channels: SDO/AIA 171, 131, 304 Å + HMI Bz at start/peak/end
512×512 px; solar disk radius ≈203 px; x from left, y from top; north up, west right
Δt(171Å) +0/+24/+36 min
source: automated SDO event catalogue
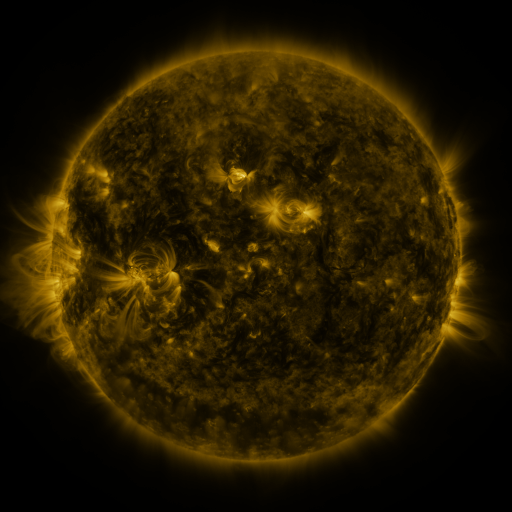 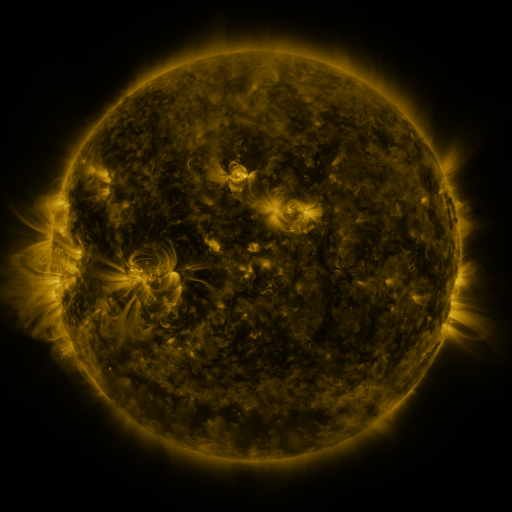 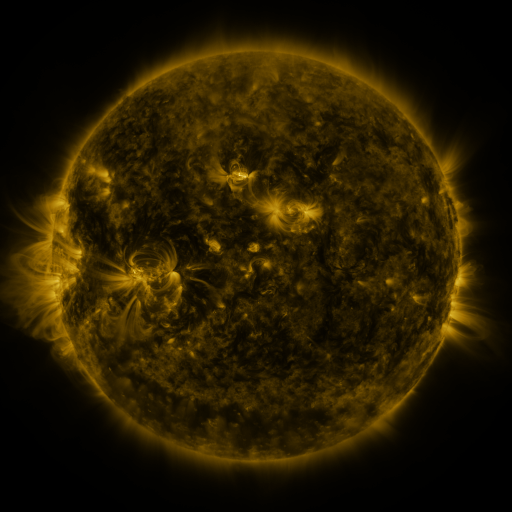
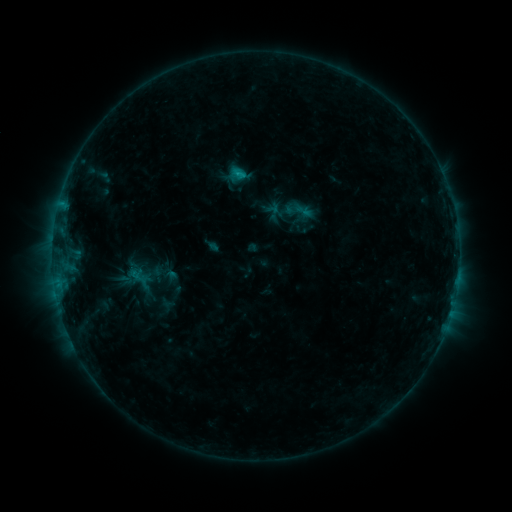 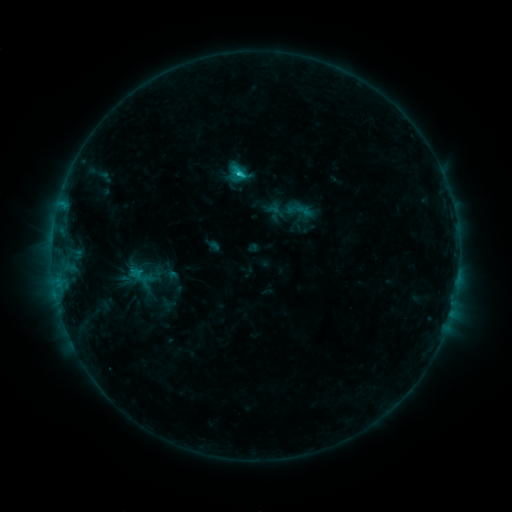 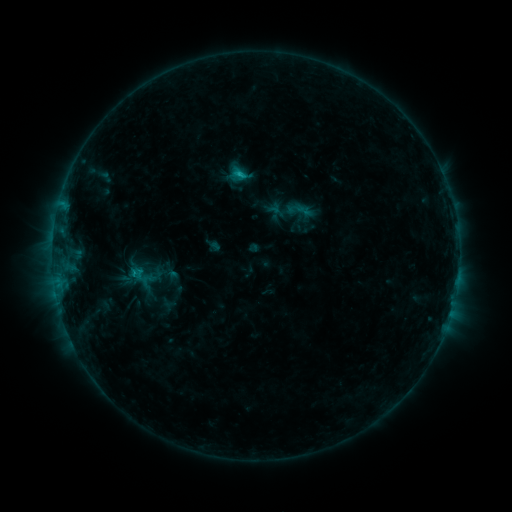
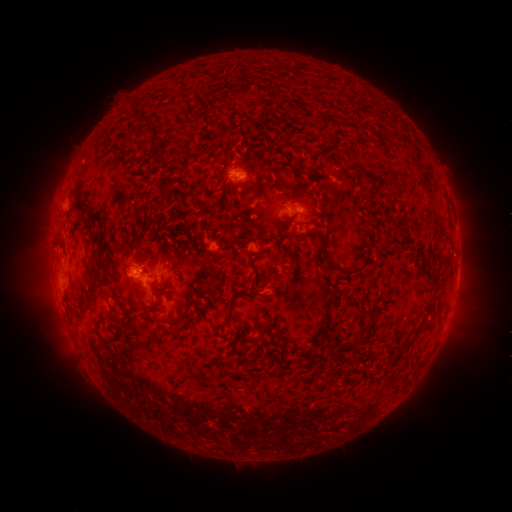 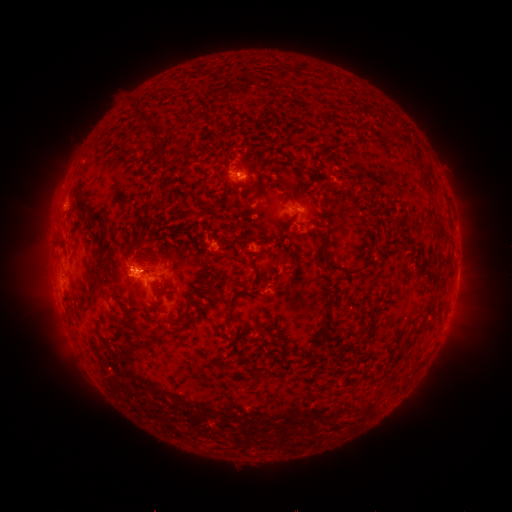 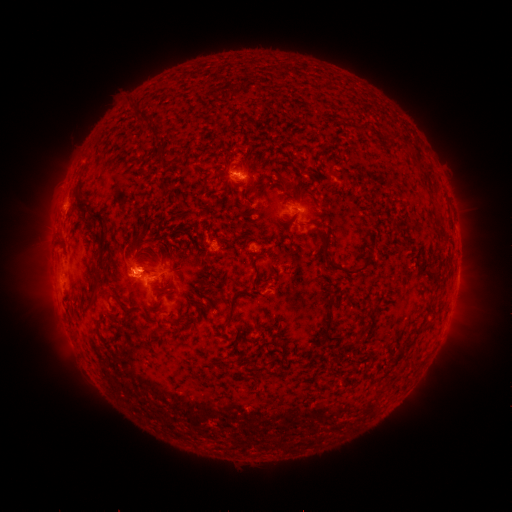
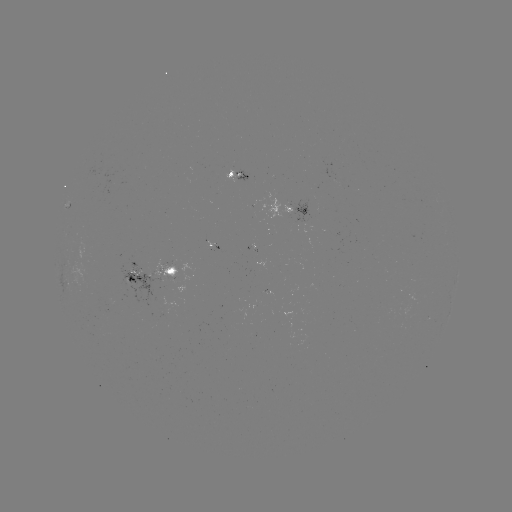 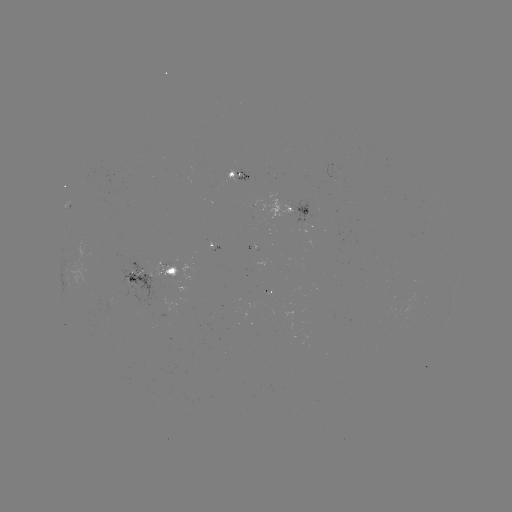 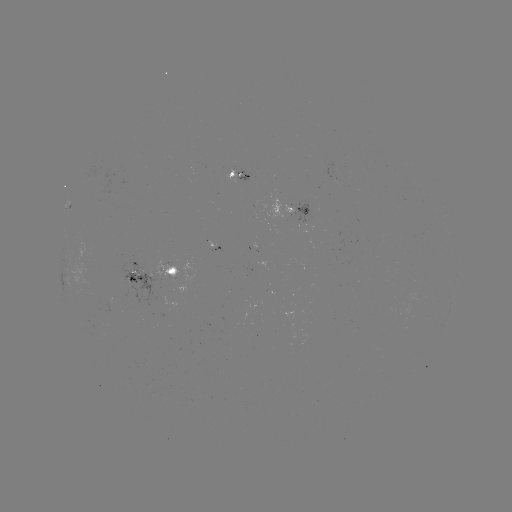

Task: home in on C1.6 flare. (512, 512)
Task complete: (242, 174).